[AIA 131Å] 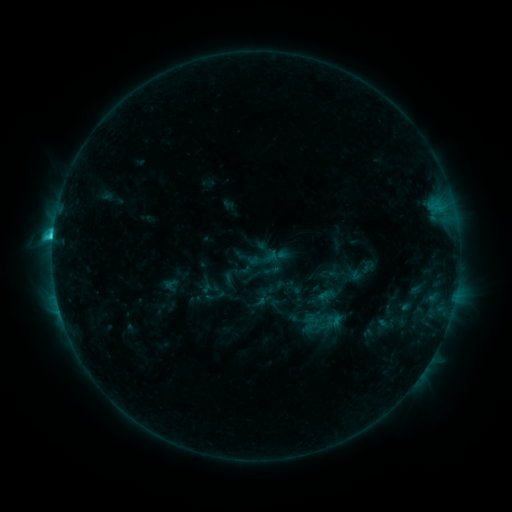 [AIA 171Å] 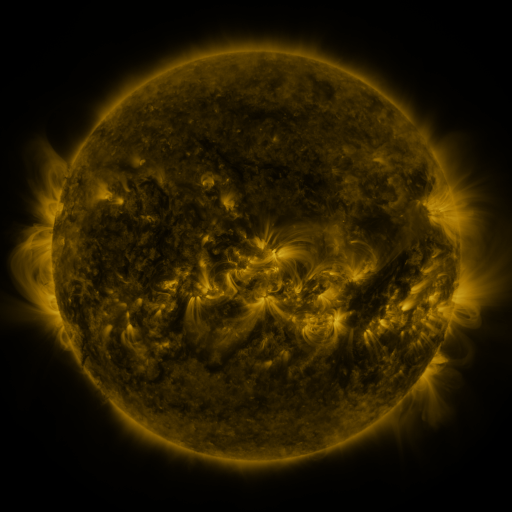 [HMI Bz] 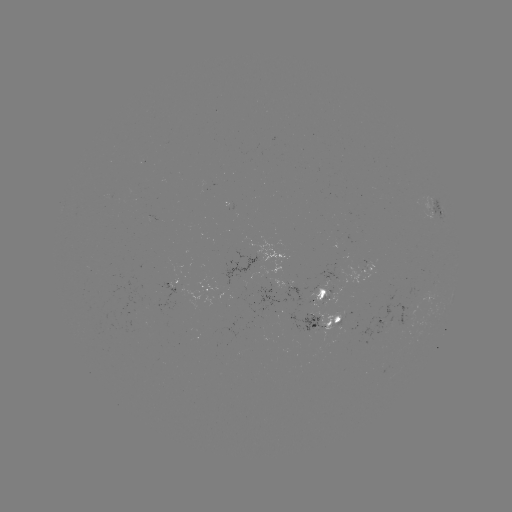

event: sigmoid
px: (264, 258)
